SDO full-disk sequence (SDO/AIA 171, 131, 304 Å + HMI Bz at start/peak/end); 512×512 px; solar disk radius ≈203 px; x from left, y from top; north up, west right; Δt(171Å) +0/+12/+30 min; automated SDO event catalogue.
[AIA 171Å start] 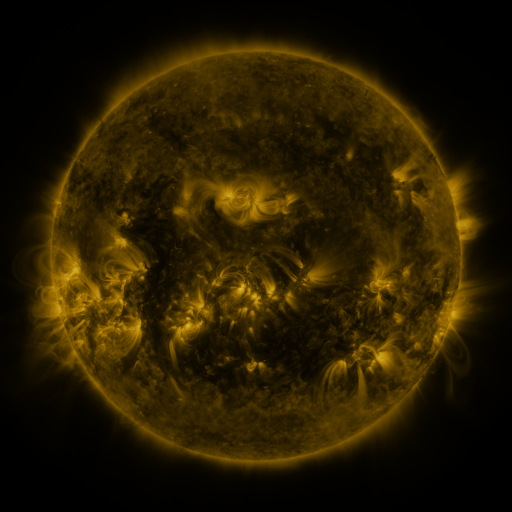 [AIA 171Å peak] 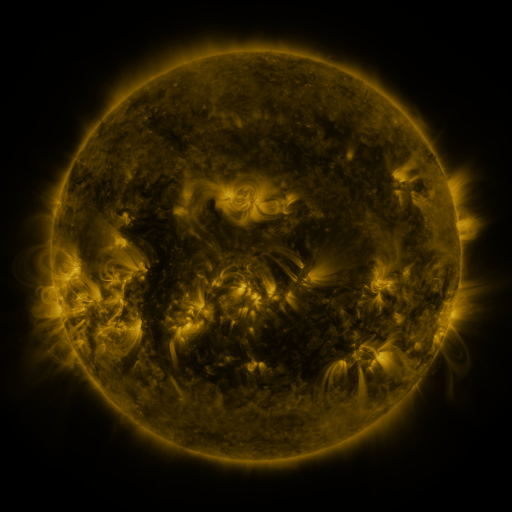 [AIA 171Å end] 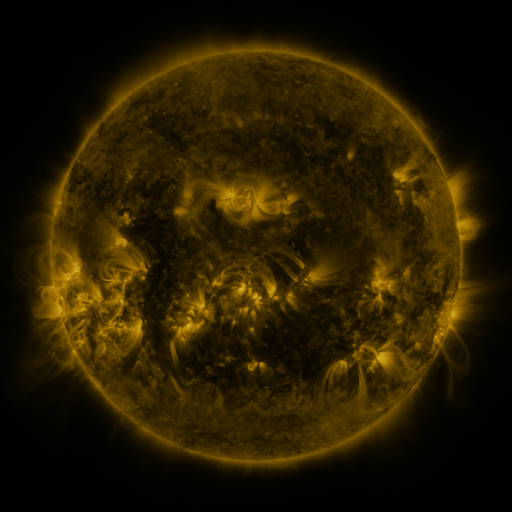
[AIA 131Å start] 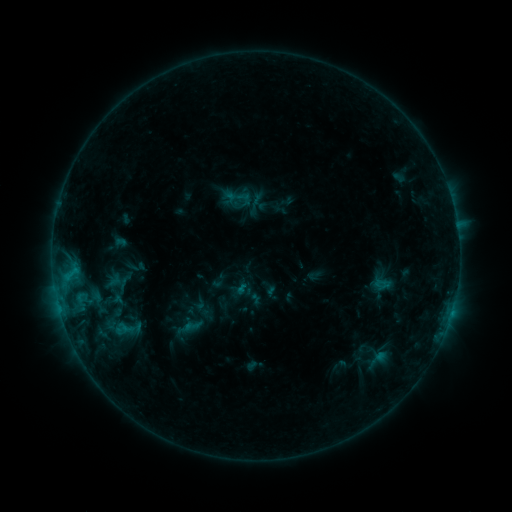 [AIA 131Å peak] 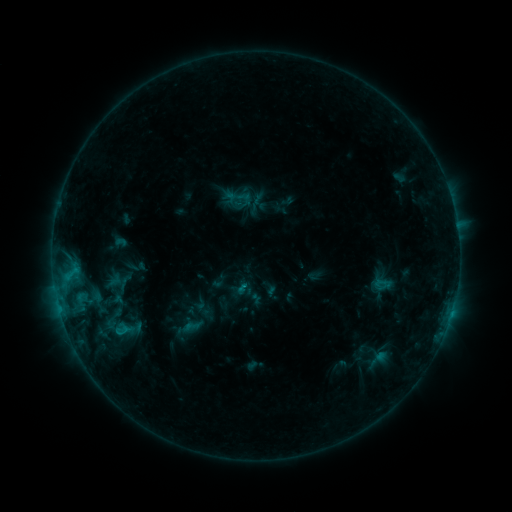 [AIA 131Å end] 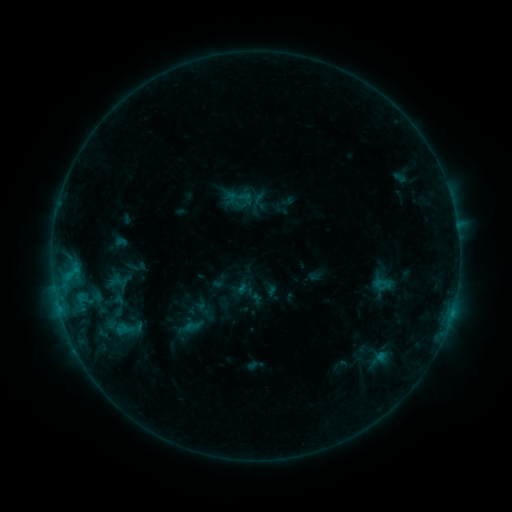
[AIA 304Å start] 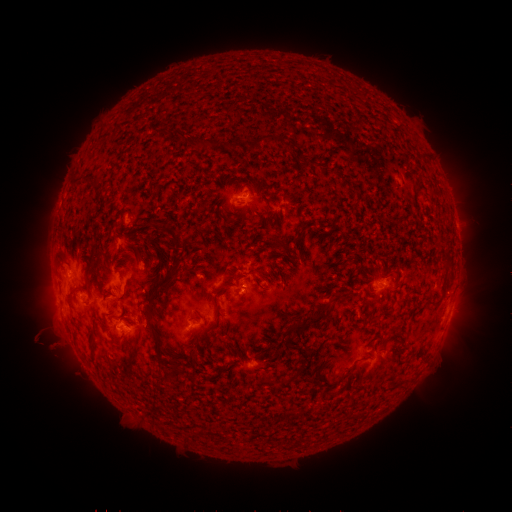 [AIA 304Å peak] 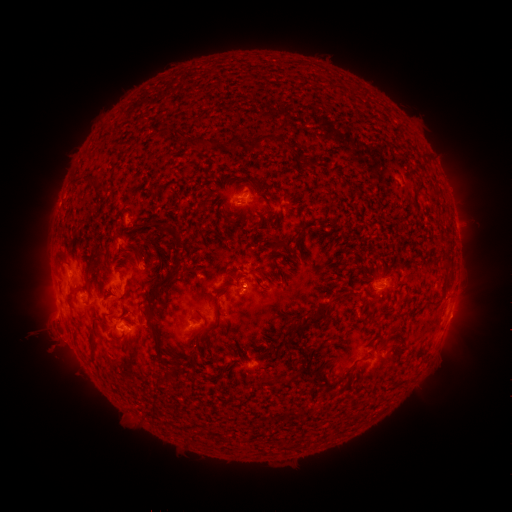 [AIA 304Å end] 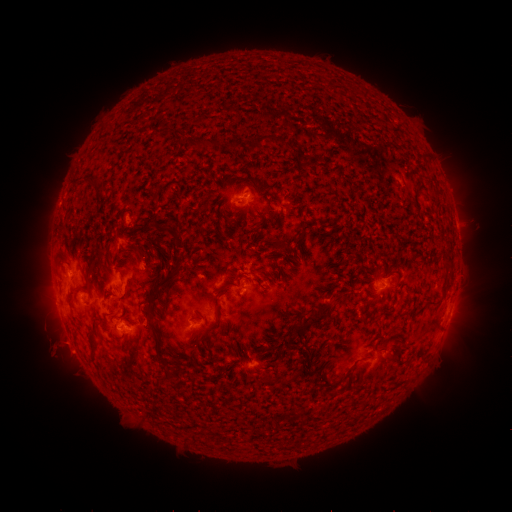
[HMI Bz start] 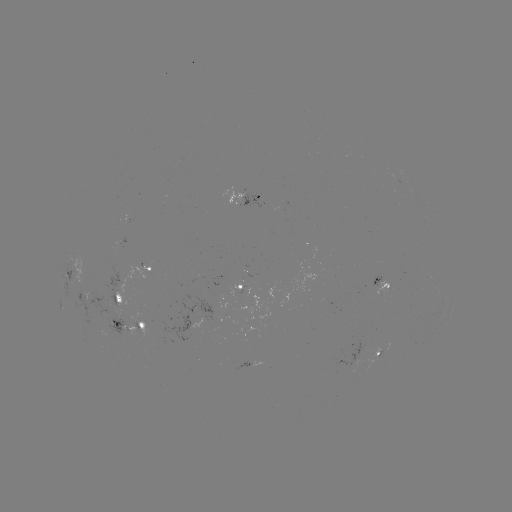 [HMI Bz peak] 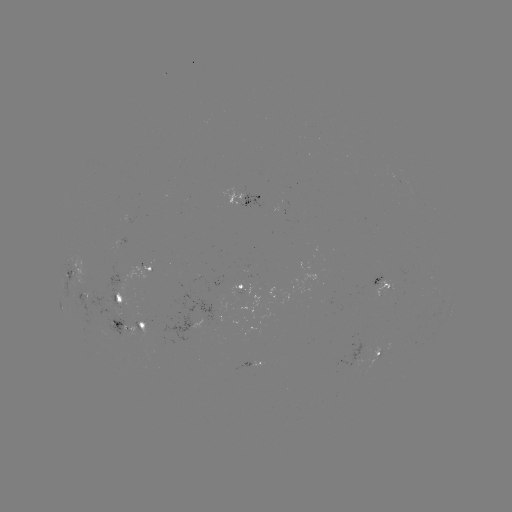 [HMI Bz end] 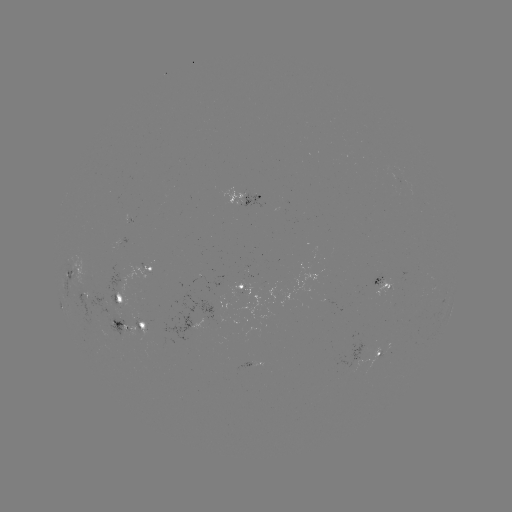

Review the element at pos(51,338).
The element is eruption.